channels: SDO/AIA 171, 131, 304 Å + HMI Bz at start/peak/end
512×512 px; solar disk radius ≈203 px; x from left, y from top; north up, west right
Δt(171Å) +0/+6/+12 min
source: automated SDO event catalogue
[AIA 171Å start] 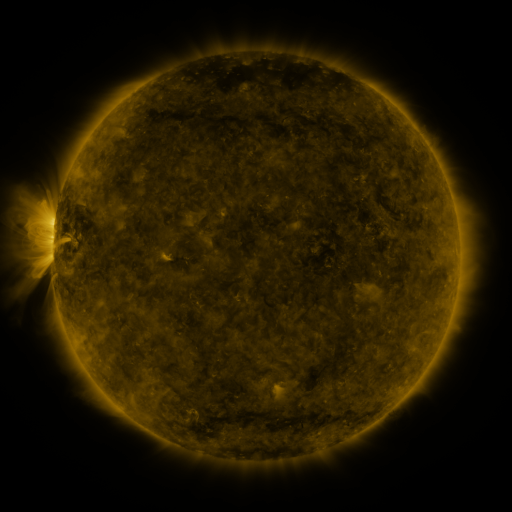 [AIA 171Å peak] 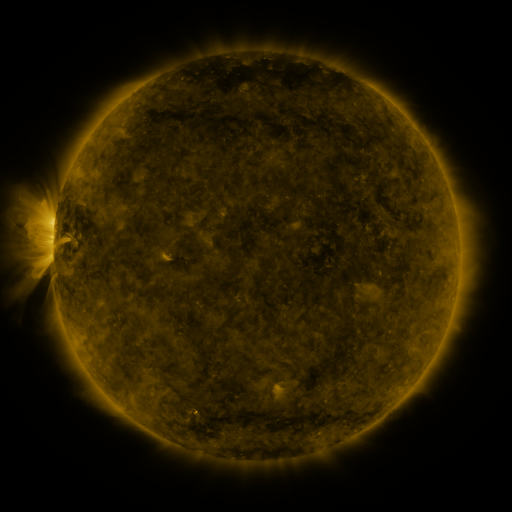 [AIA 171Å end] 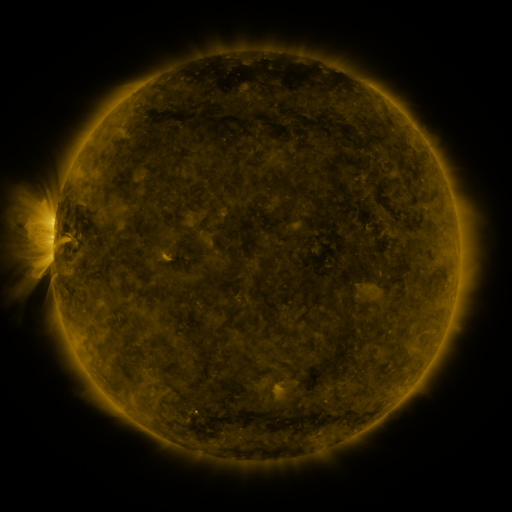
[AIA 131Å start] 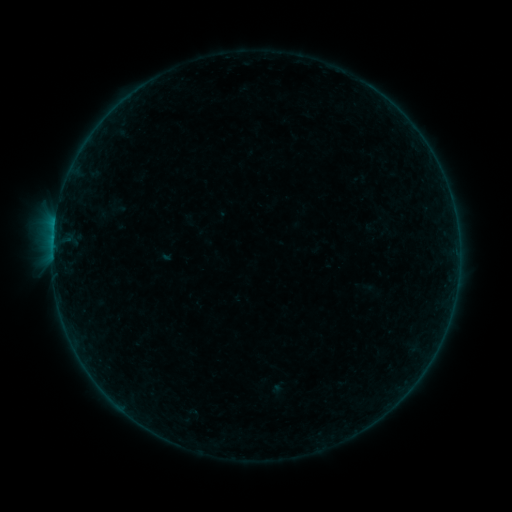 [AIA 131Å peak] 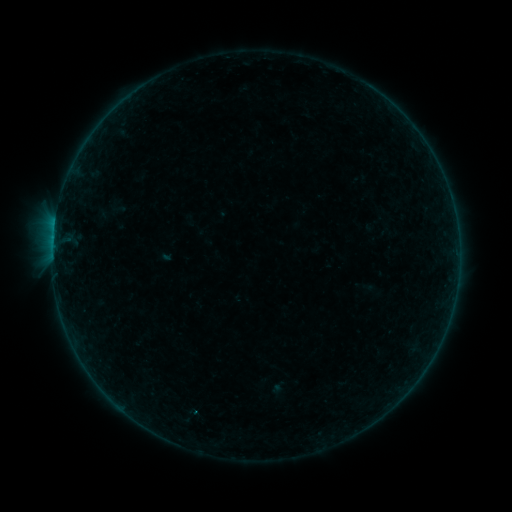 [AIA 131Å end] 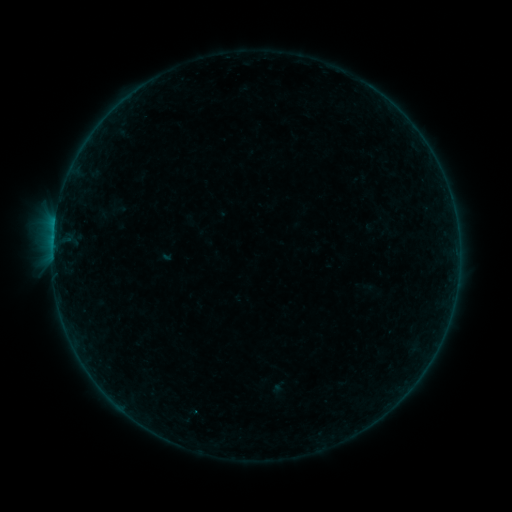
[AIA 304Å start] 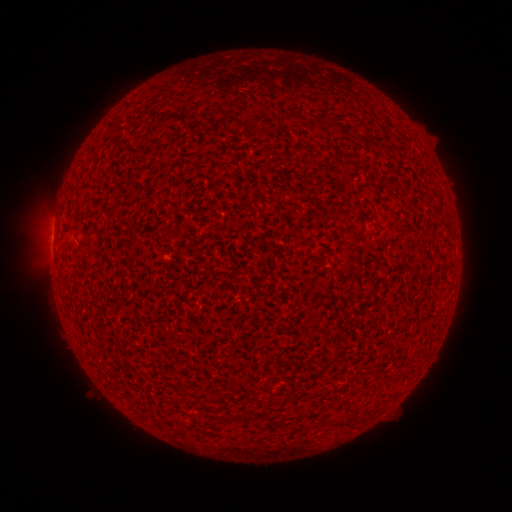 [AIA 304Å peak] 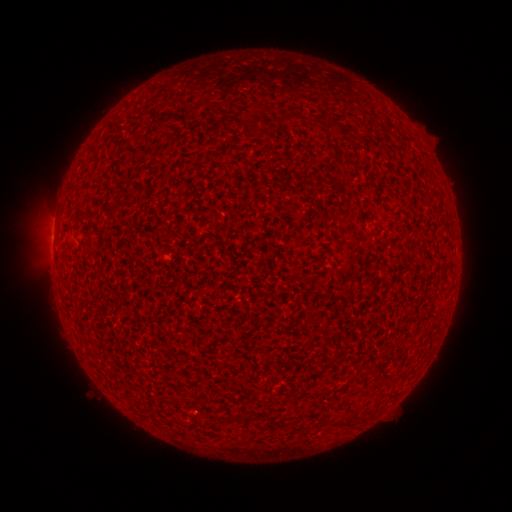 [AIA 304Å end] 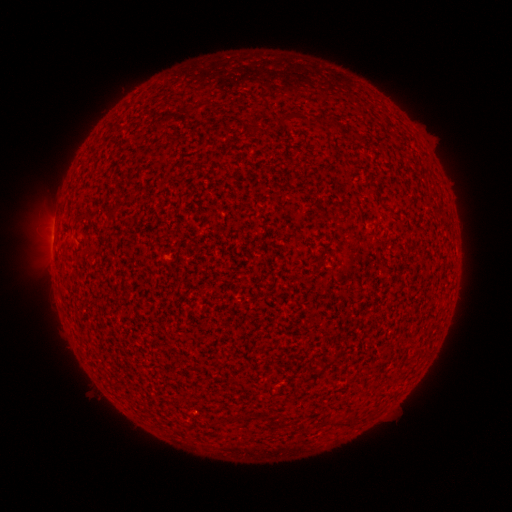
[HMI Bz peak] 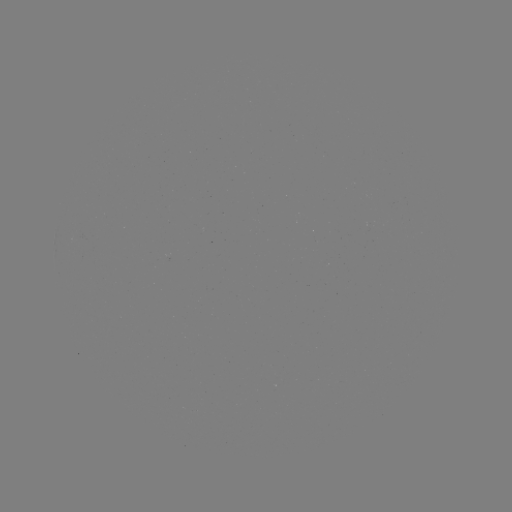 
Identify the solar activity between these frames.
B1.0 flare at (196, 410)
